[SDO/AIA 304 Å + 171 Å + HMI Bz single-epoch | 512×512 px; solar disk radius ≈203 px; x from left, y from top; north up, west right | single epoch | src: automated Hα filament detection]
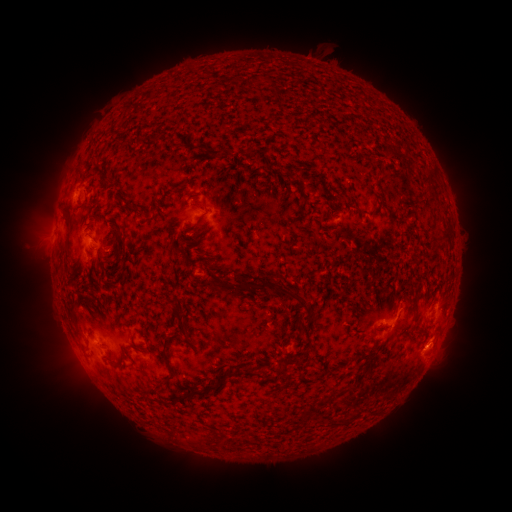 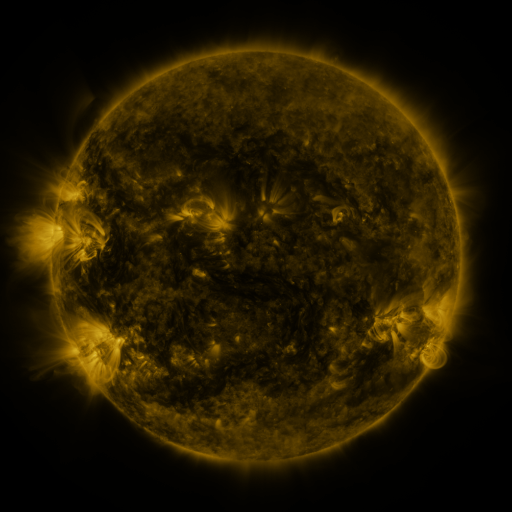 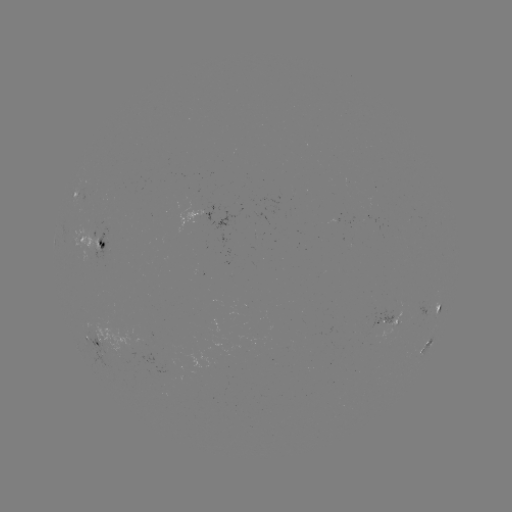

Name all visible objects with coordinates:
filament: (133, 139, 142, 147)
filament: (180, 141, 191, 150)
filament: (244, 144, 255, 154)
filament: (422, 166, 432, 184)
filament: (100, 178, 110, 187)
filament: (233, 188, 240, 198)
filament: (426, 192, 436, 200)
filament: (356, 206, 363, 217)
filament: (196, 214, 205, 227)
filament: (64, 215, 71, 231)
filament: (433, 228, 452, 241)
filament: (114, 230, 121, 241)
filament: (97, 241, 106, 252)
filament: (199, 276, 309, 303)
filament: (166, 298, 177, 307)
filament: (174, 307, 195, 343)
filament: (296, 319, 316, 353)
filament: (162, 338, 176, 379)
filament: (177, 365, 239, 403)
filament: (278, 365, 294, 385)
filament: (243, 366, 264, 378)
